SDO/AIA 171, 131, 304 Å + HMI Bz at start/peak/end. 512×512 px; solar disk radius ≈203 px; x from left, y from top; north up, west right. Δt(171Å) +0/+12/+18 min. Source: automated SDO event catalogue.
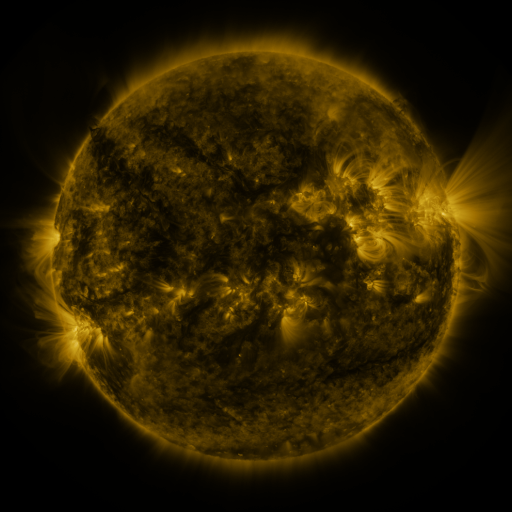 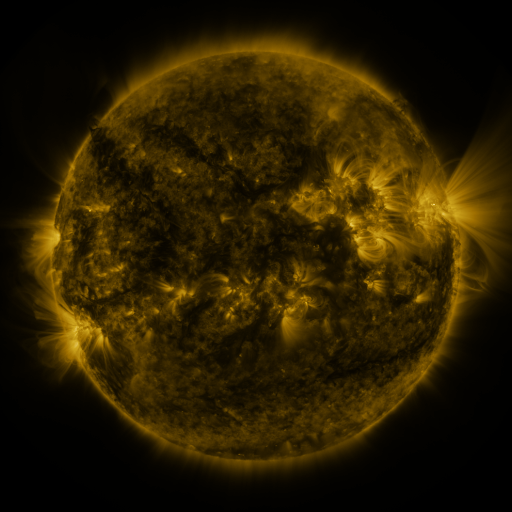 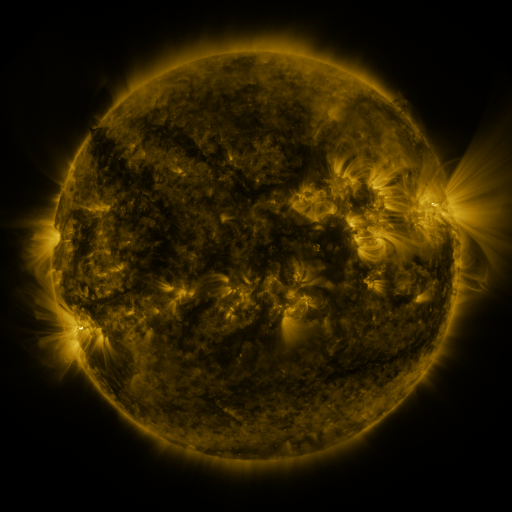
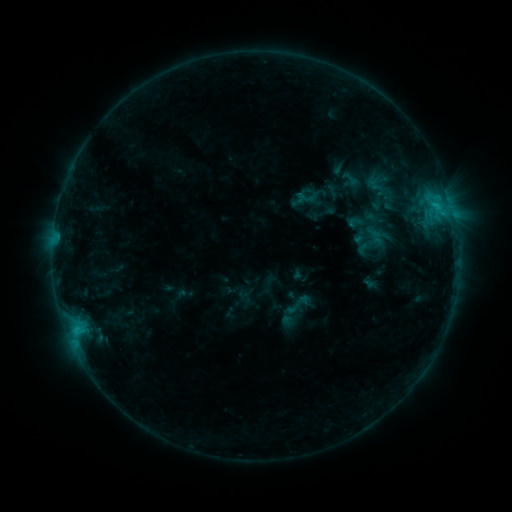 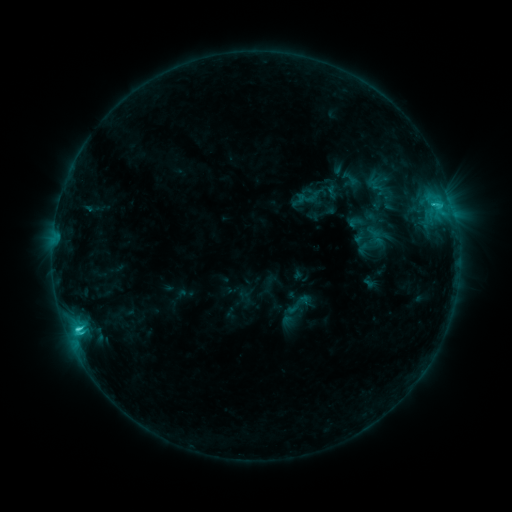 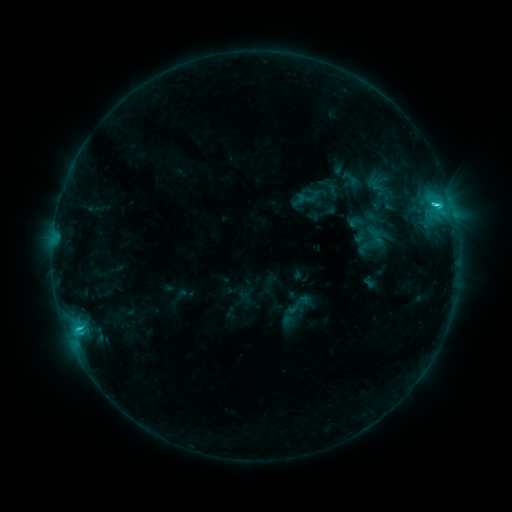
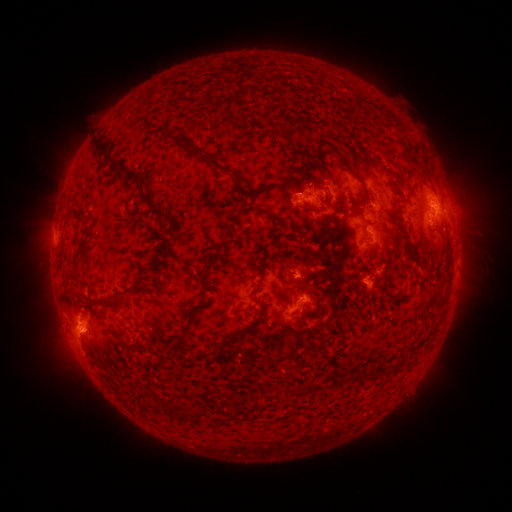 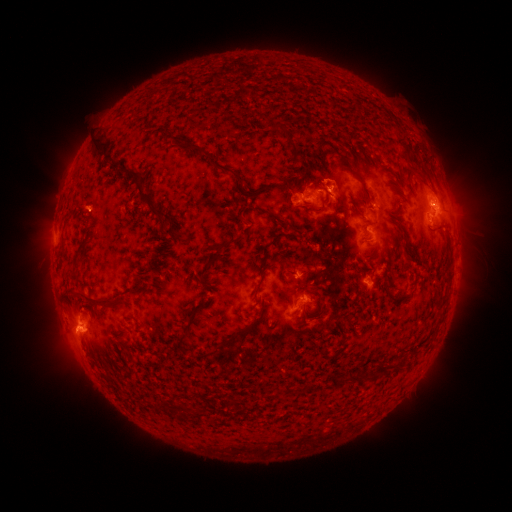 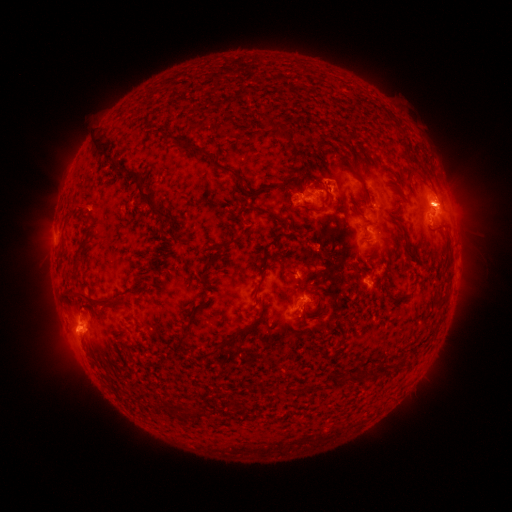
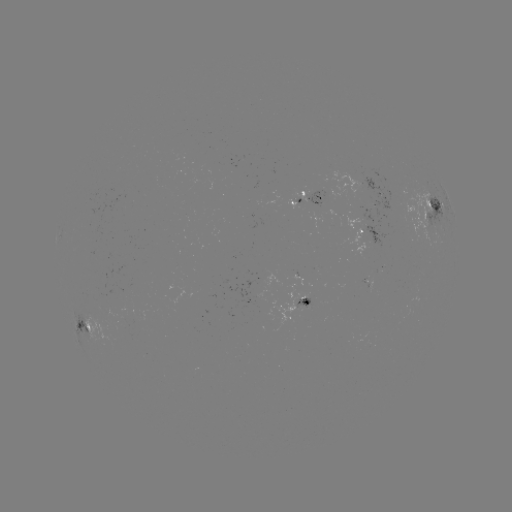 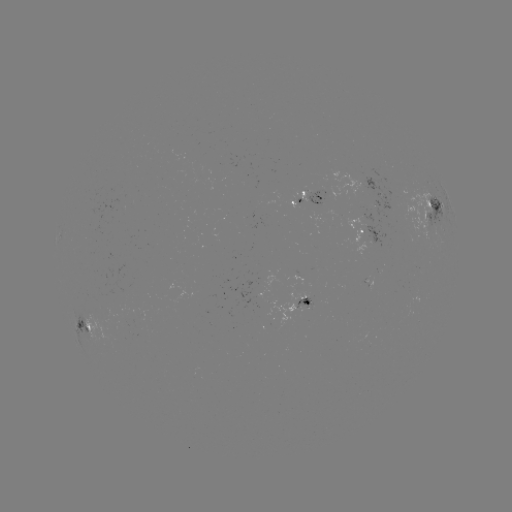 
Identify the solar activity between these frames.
C3.9 flare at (78, 329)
